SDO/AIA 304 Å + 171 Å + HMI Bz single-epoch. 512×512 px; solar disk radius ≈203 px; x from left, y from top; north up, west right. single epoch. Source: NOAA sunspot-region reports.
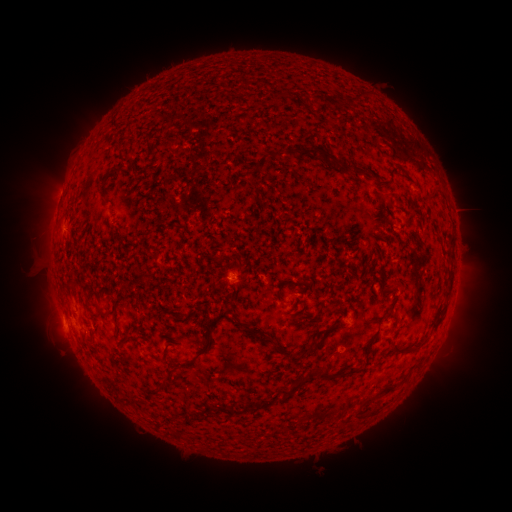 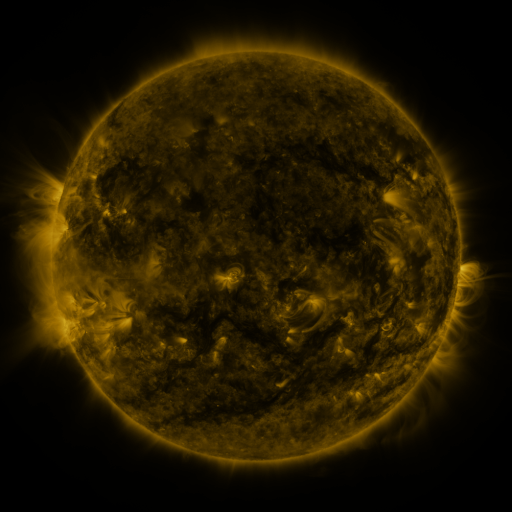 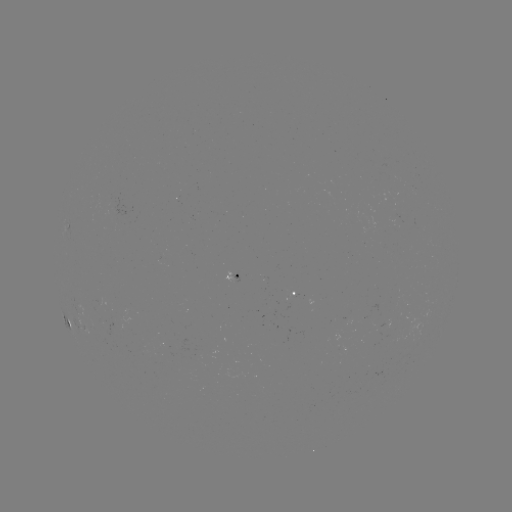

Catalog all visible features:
spotted active region: (410, 186)
spotted active region: (72, 227)
spotted active region: (234, 277)
spotted active region: (298, 294)
spotted active region: (455, 294)
spotted active region: (65, 317)
spotted active region: (92, 337)
